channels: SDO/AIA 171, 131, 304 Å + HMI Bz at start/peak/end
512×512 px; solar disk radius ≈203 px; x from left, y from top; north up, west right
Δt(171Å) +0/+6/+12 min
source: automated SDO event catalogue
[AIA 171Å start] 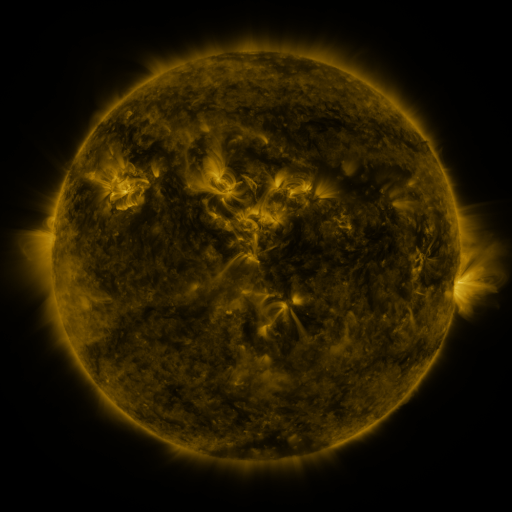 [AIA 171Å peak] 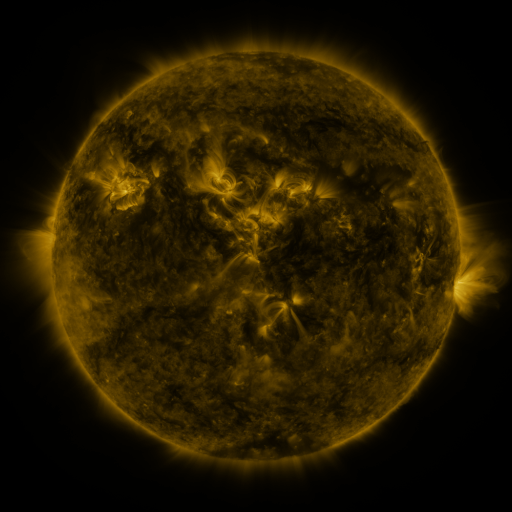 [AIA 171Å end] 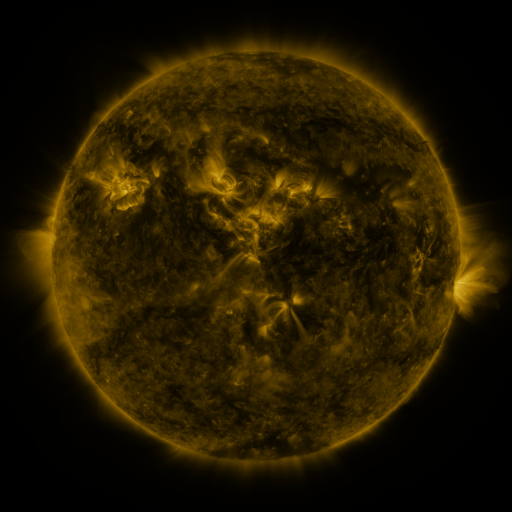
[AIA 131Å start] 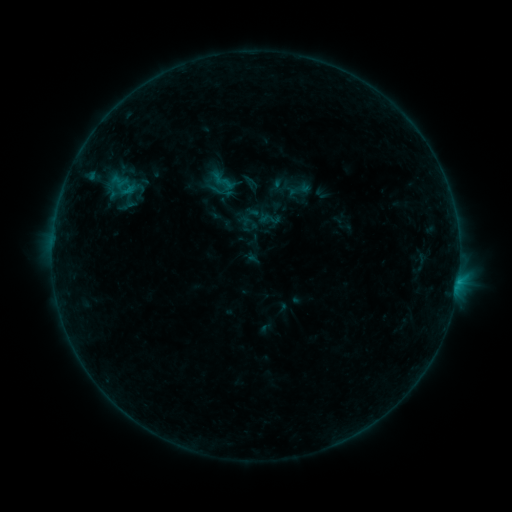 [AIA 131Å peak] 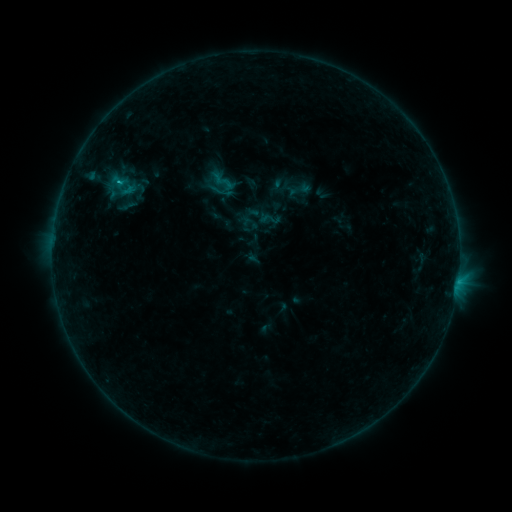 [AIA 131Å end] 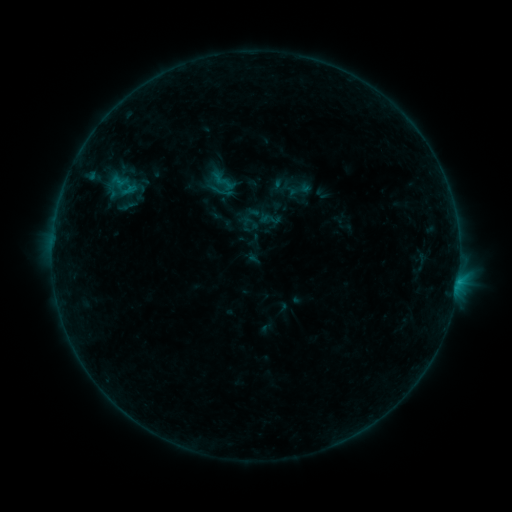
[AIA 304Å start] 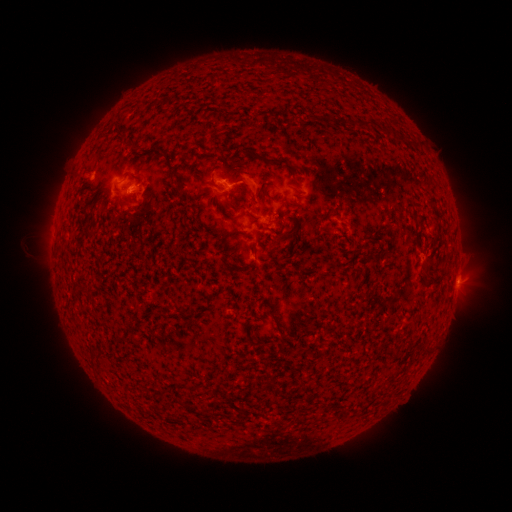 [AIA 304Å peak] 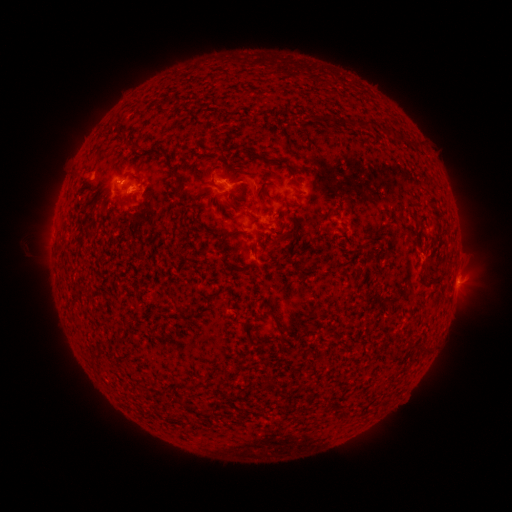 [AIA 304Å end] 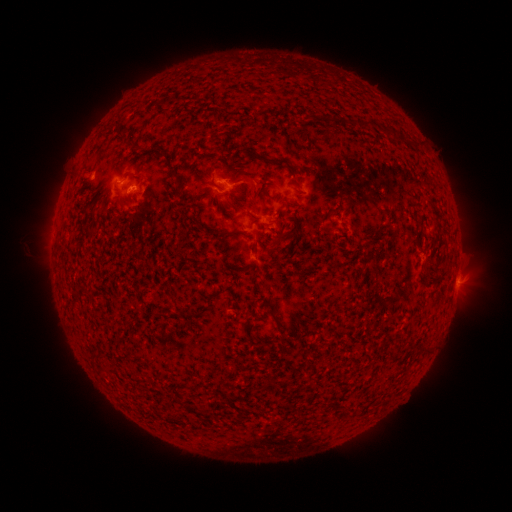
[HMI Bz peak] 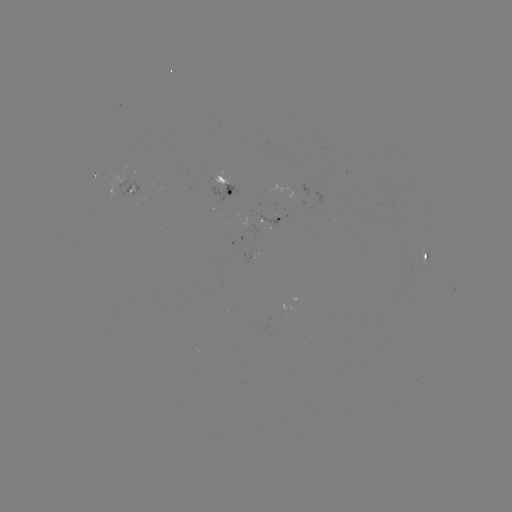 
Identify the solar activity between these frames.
B4.7 flare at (121, 183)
